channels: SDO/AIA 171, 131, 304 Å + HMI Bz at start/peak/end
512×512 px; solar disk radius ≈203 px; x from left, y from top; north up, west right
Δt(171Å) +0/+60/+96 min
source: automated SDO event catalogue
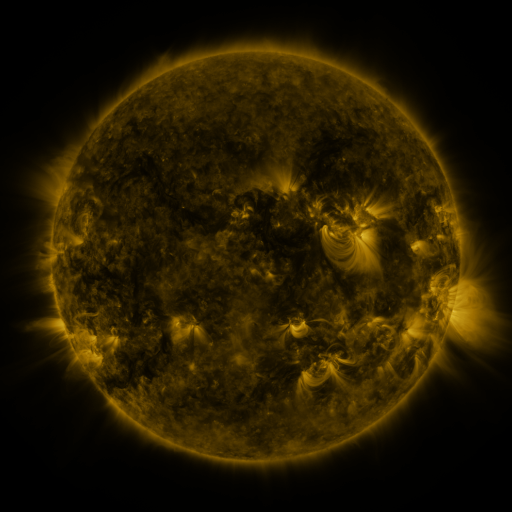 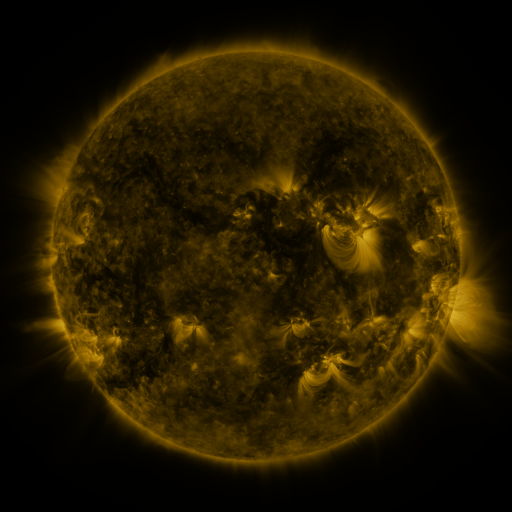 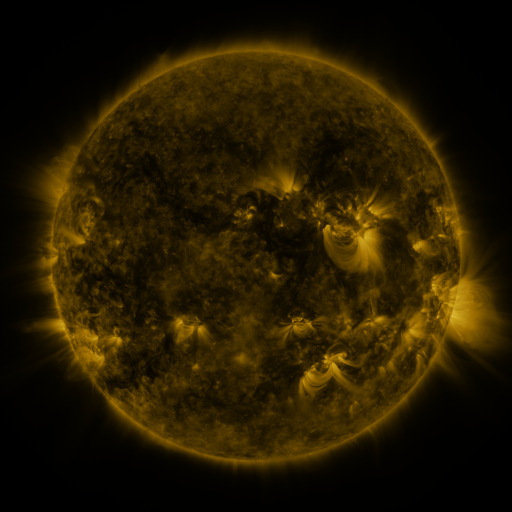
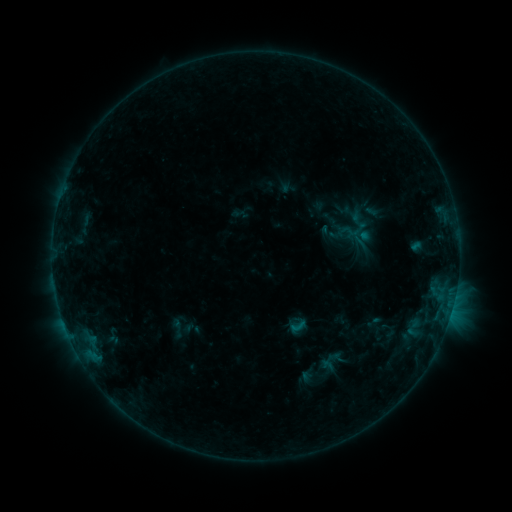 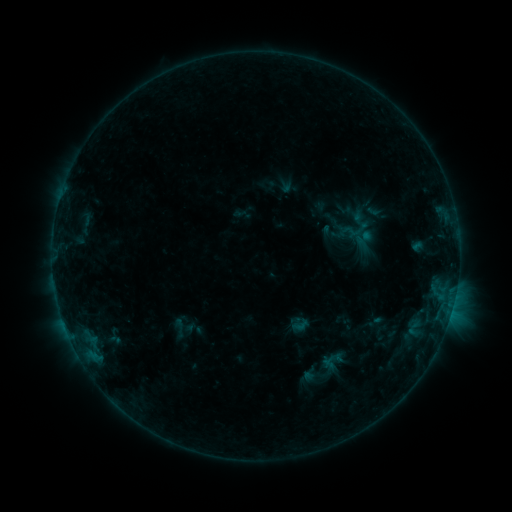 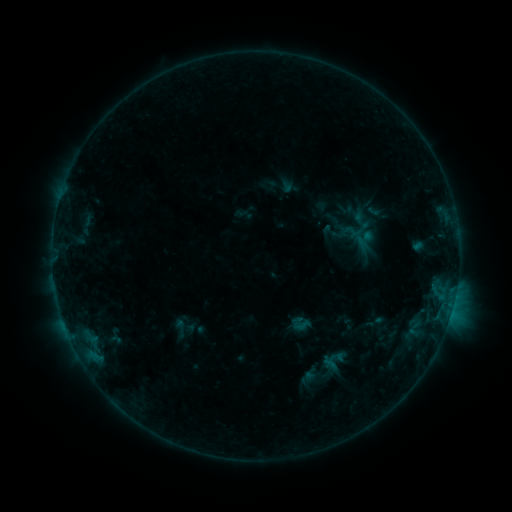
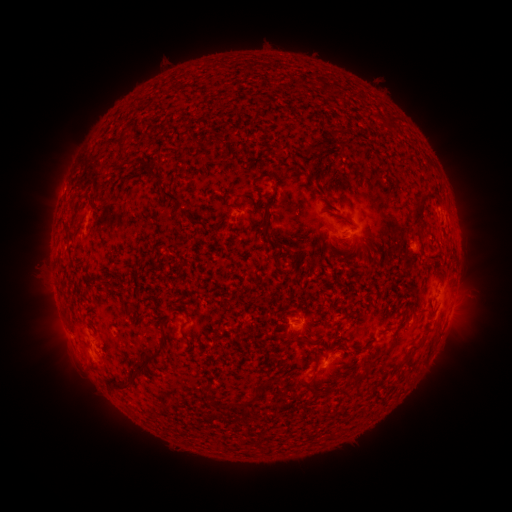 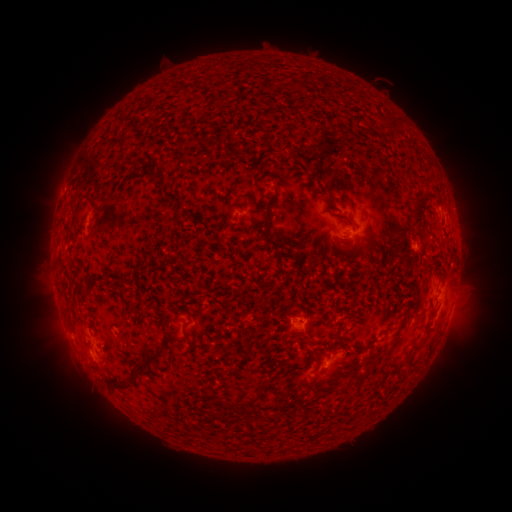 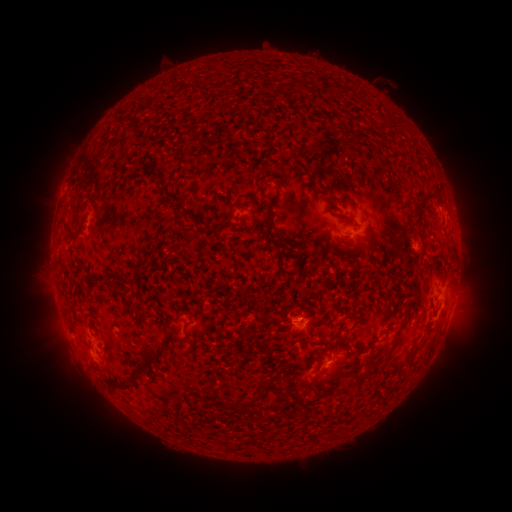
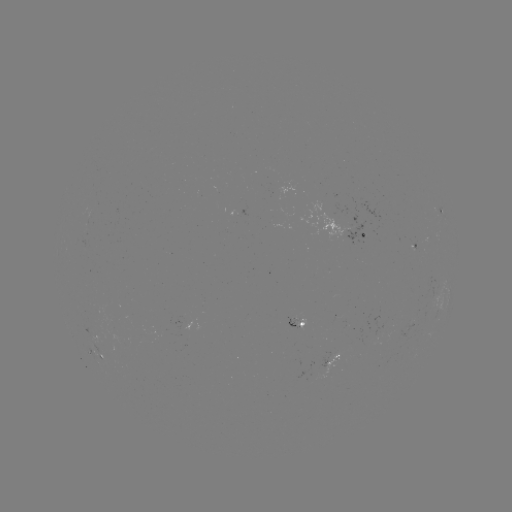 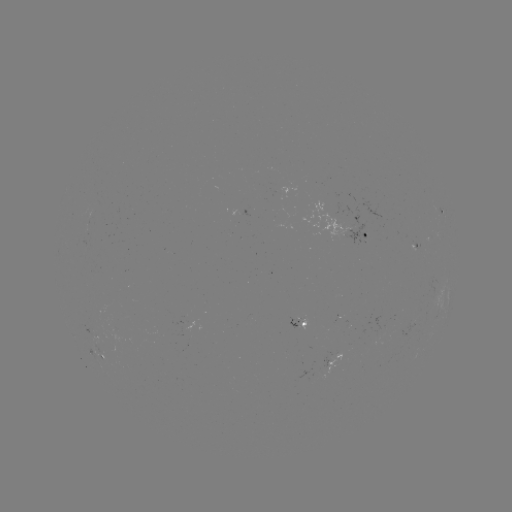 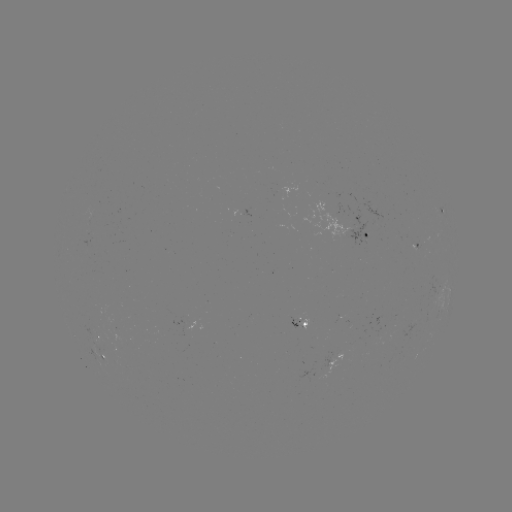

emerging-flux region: (373, 316, 382, 344)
